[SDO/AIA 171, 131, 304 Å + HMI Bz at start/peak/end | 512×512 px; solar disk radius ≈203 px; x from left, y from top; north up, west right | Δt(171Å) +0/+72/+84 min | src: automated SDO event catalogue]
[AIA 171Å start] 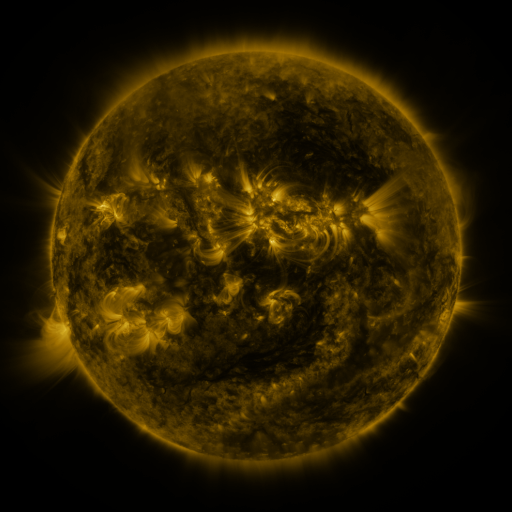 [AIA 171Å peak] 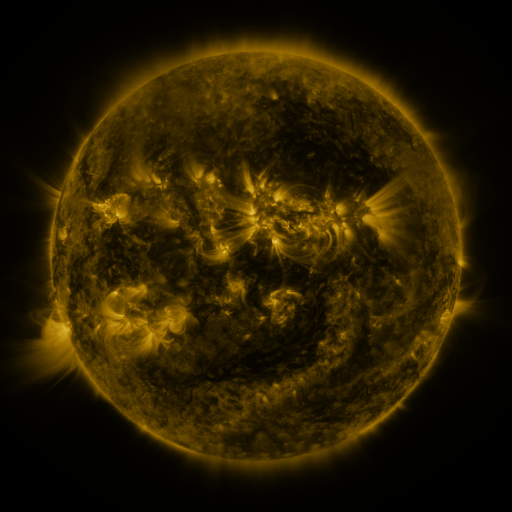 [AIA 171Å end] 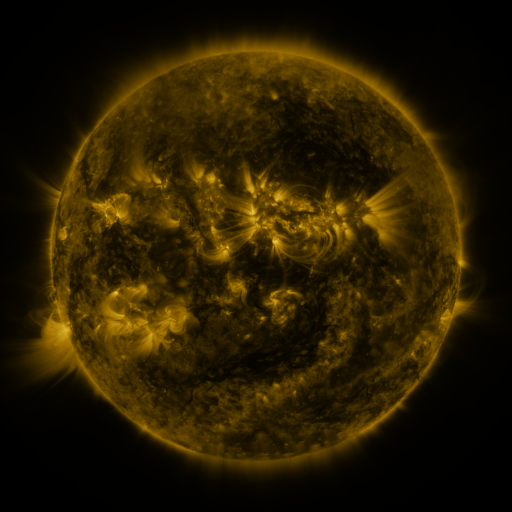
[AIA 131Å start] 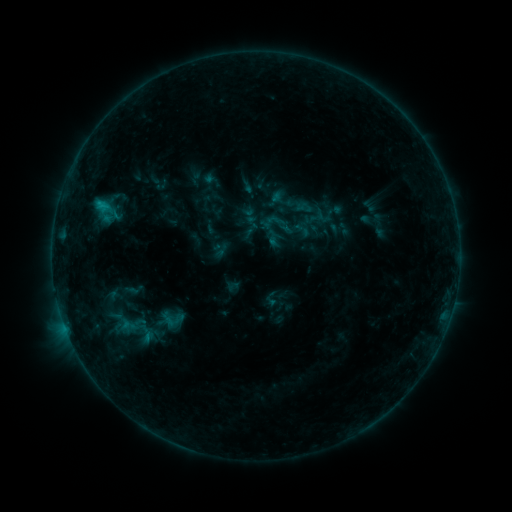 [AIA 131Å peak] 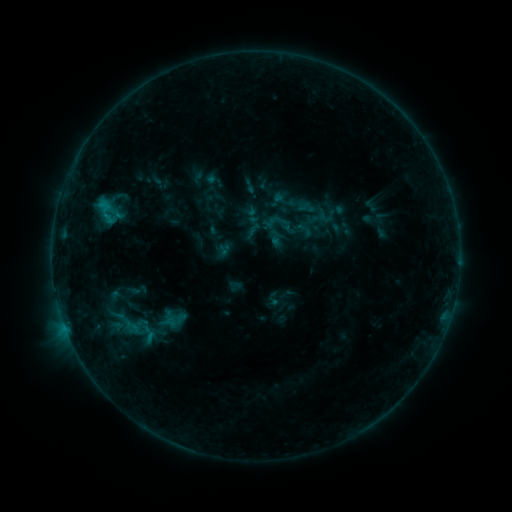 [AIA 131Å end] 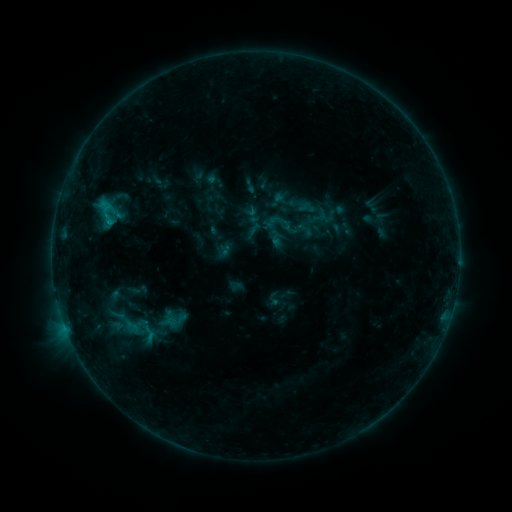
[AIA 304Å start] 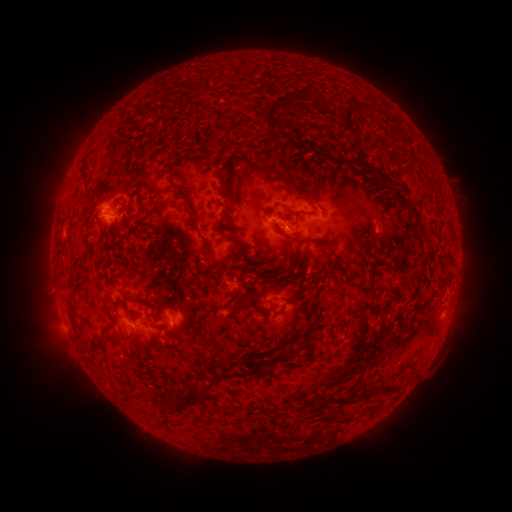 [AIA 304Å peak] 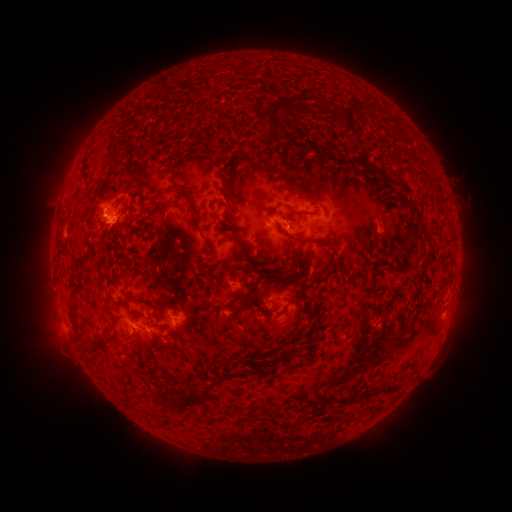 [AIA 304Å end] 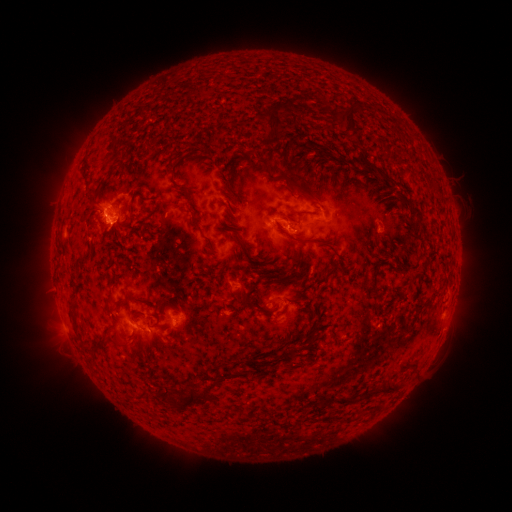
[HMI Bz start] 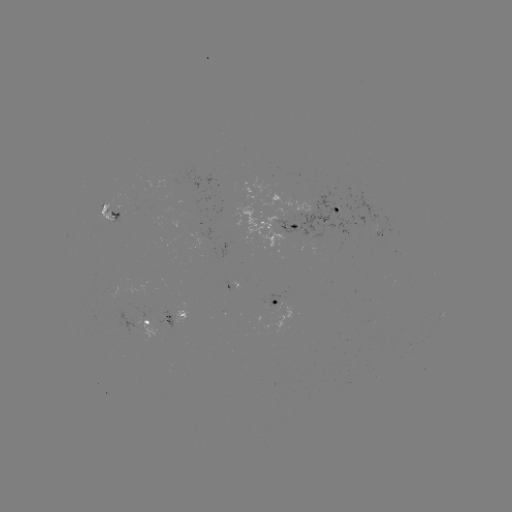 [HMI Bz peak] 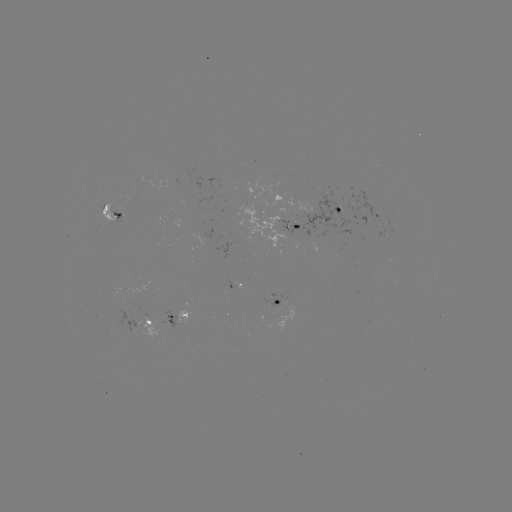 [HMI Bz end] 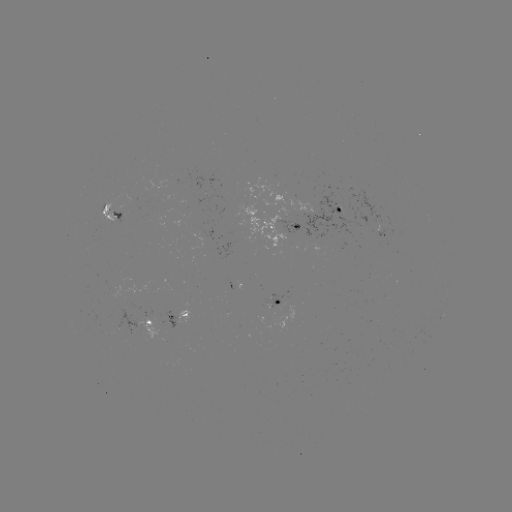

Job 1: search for emerging-flux region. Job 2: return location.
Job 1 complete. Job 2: [105, 208].